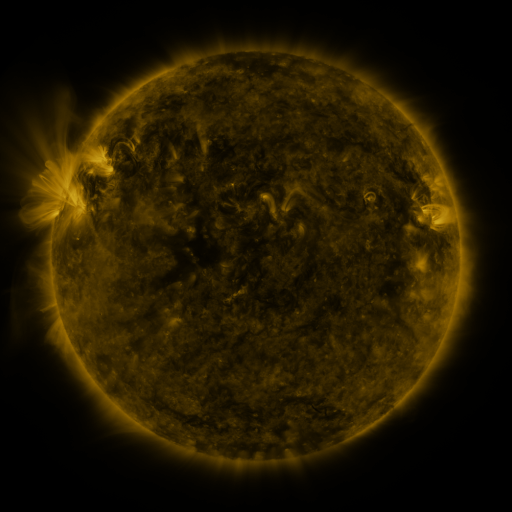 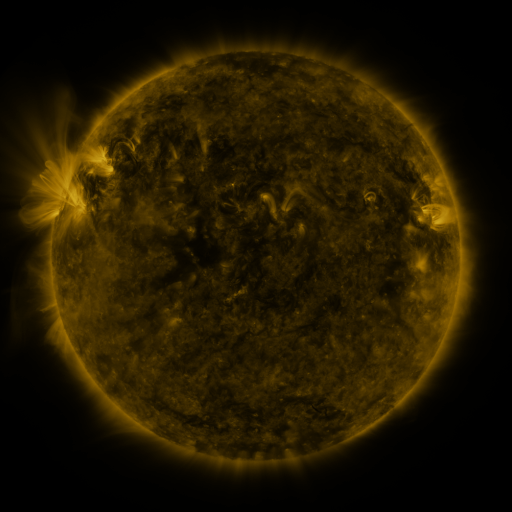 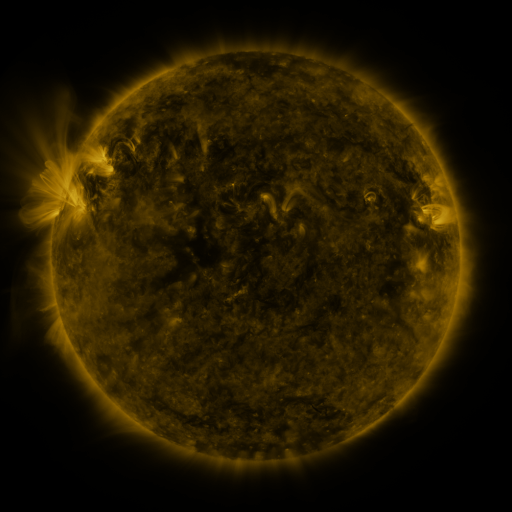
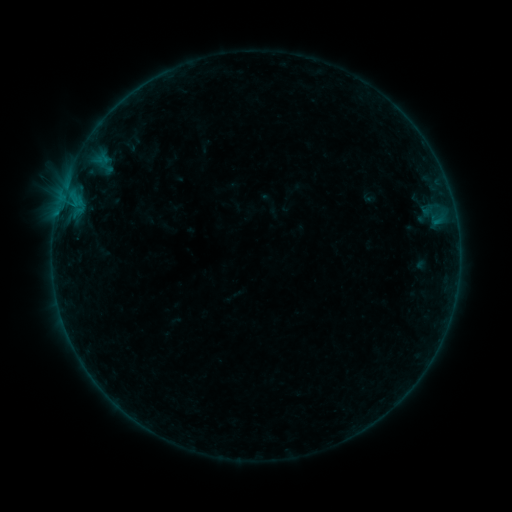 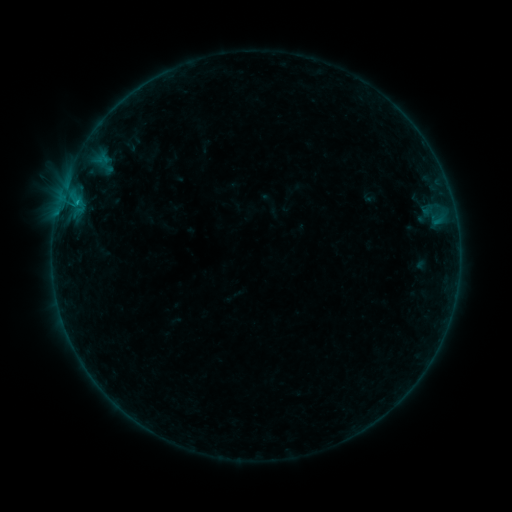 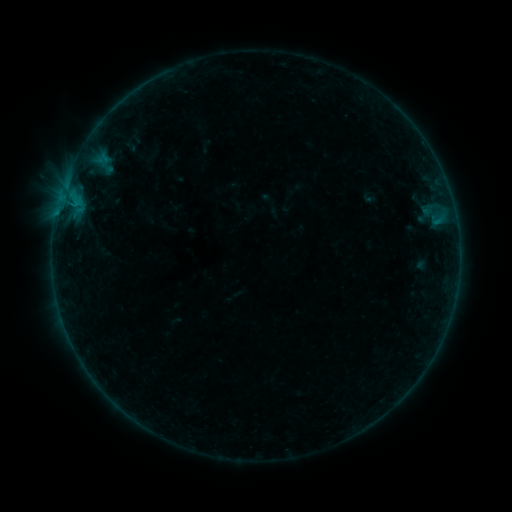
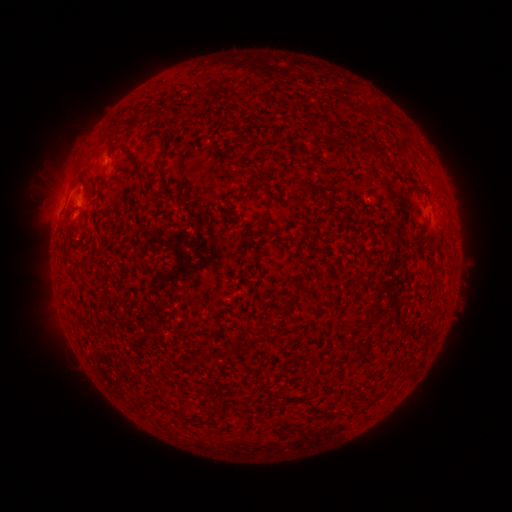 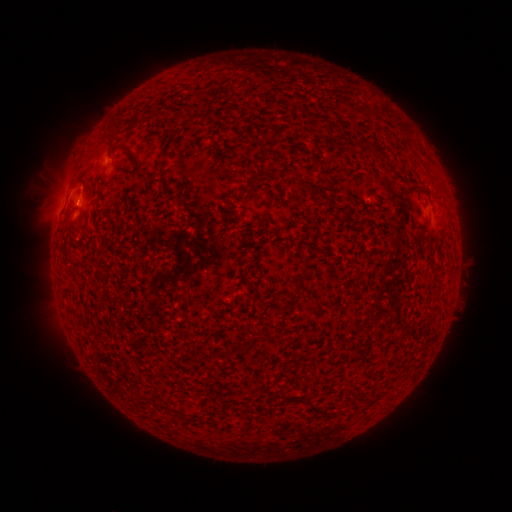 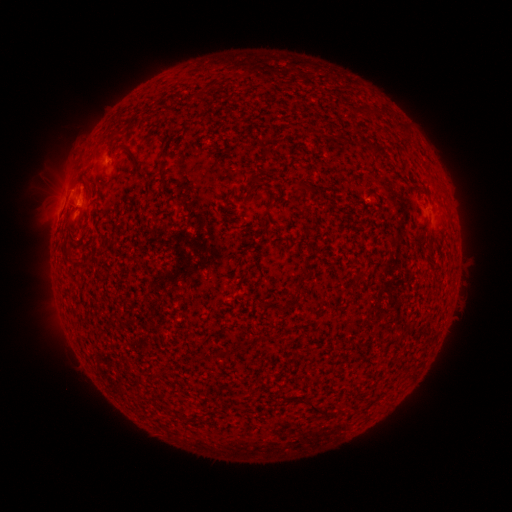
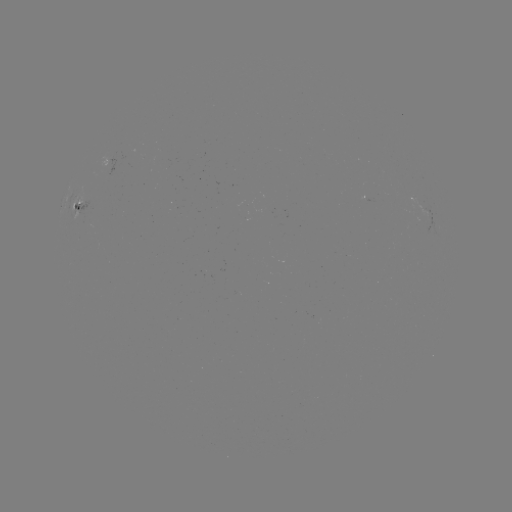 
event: flare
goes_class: B2.5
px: (77, 205)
